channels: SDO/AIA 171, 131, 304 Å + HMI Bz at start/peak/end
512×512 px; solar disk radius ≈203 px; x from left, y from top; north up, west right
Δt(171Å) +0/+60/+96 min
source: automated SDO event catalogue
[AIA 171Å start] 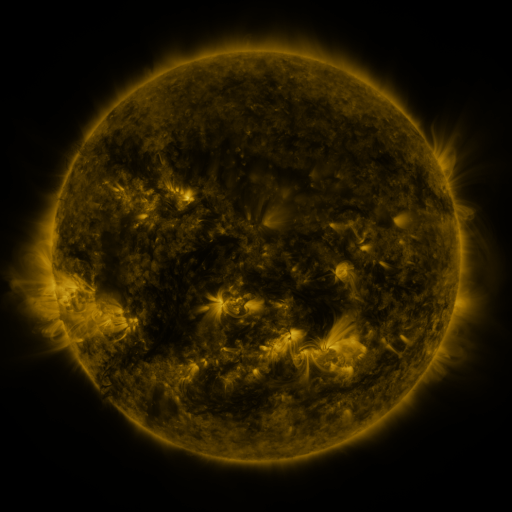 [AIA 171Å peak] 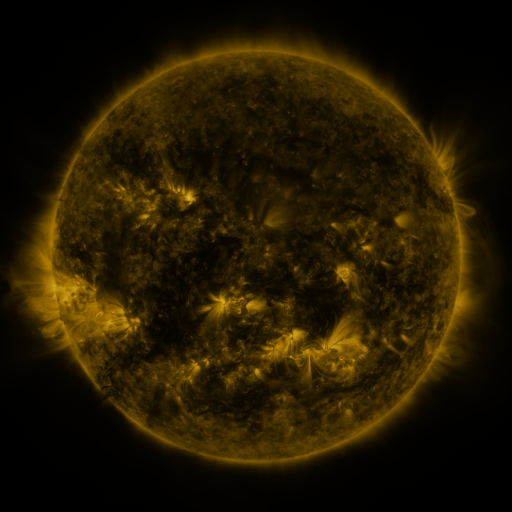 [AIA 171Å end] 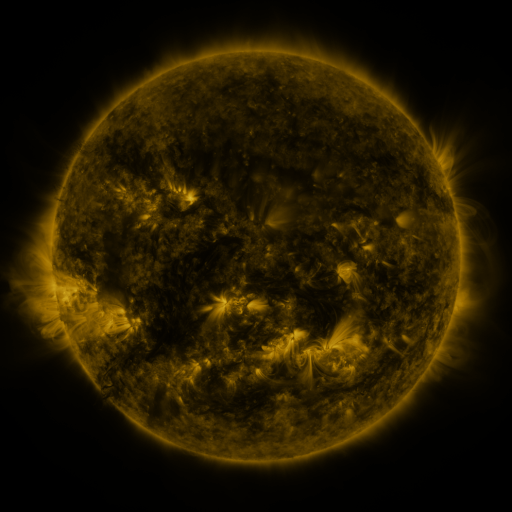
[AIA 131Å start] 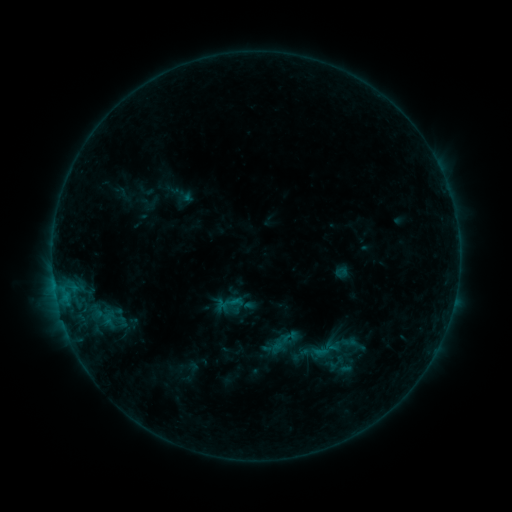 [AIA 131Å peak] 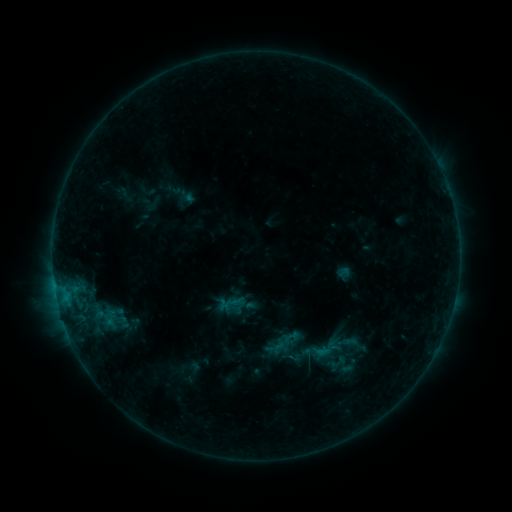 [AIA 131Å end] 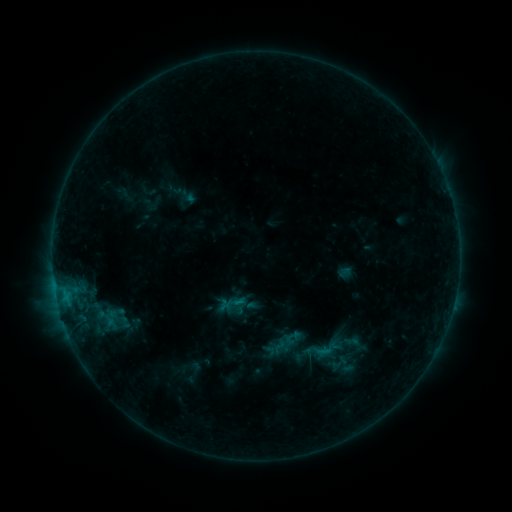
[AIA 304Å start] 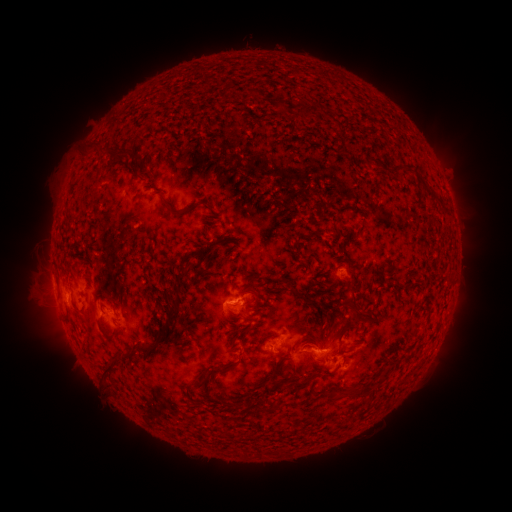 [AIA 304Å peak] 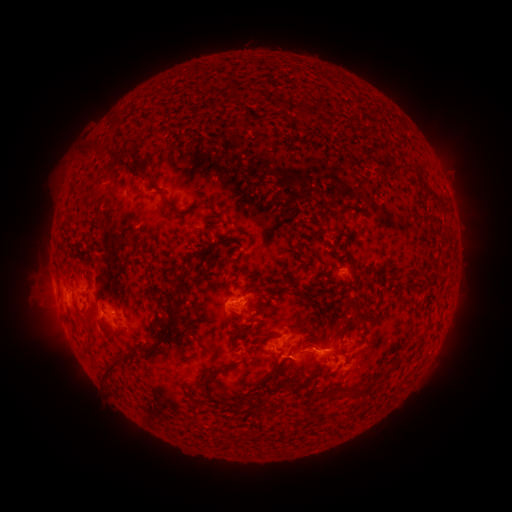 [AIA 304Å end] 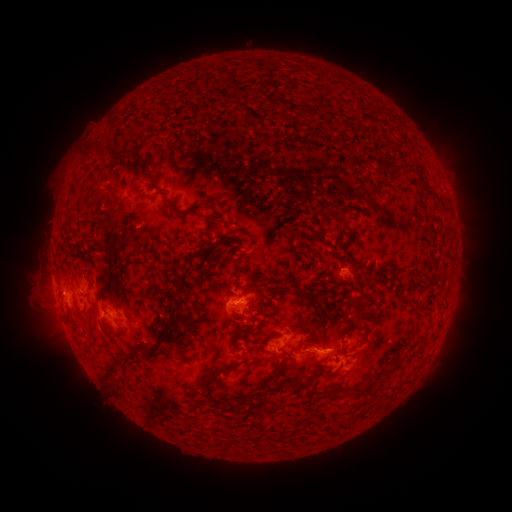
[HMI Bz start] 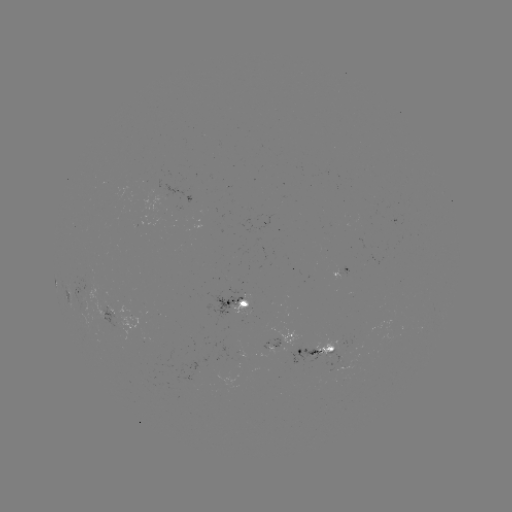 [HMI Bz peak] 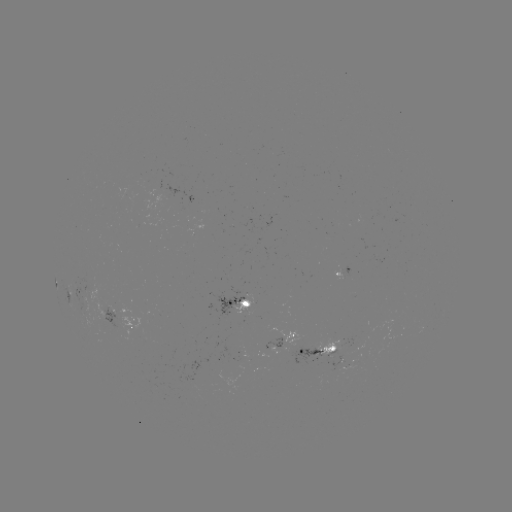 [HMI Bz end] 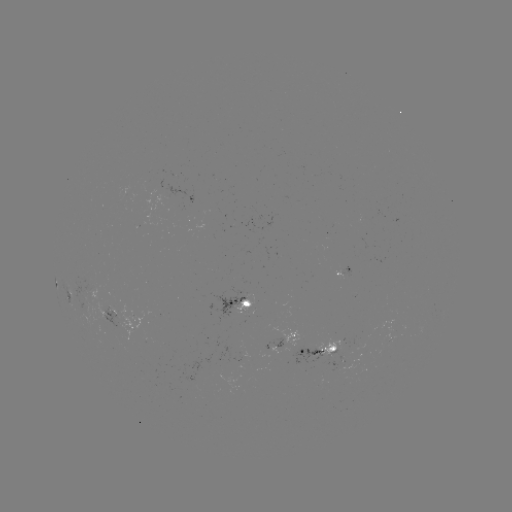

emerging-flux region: <bbox>316, 340, 338, 363</bbox>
